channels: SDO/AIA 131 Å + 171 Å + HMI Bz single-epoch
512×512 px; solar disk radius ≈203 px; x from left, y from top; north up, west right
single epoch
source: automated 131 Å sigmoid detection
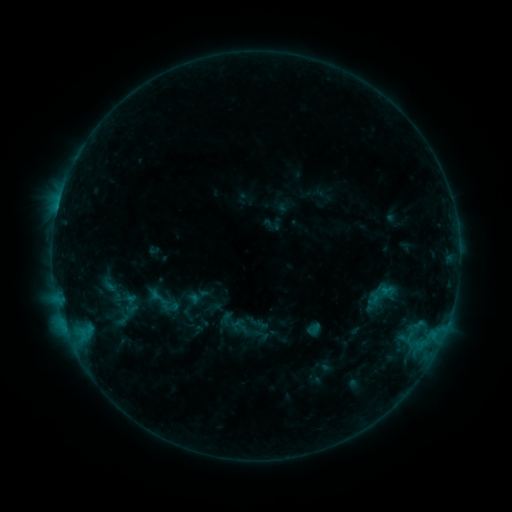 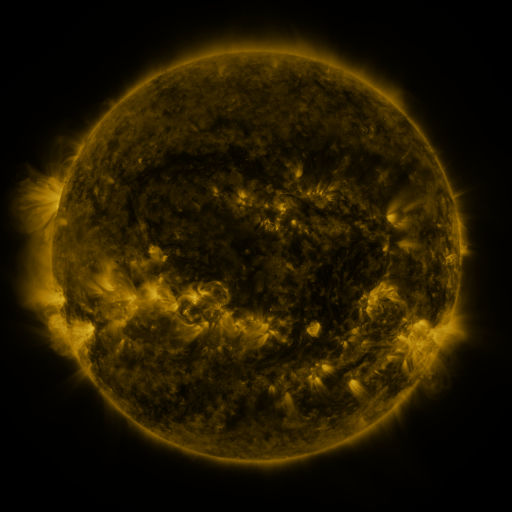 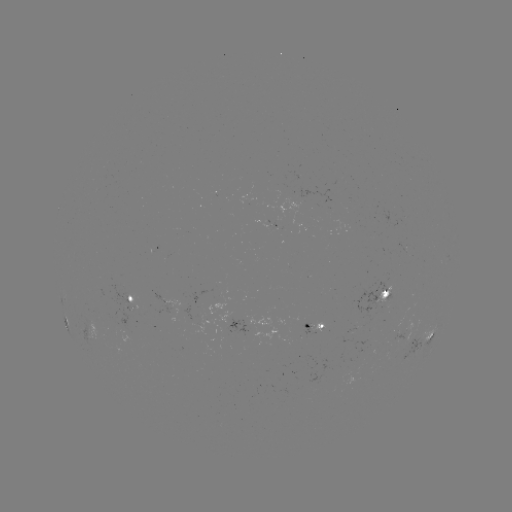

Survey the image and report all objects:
sigmoid: <bbox>118, 293, 141, 315</bbox>
sigmoid: <bbox>162, 298, 180, 316</bbox>
